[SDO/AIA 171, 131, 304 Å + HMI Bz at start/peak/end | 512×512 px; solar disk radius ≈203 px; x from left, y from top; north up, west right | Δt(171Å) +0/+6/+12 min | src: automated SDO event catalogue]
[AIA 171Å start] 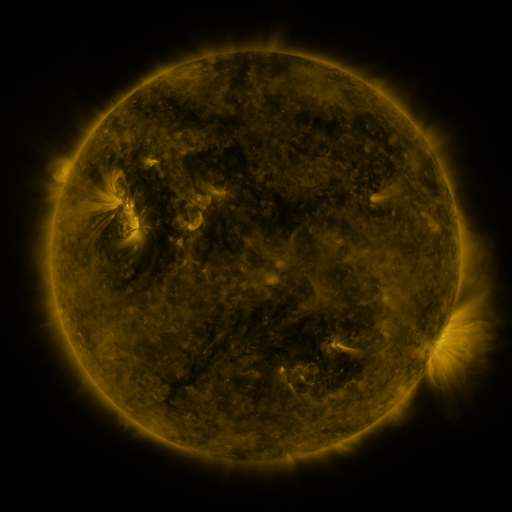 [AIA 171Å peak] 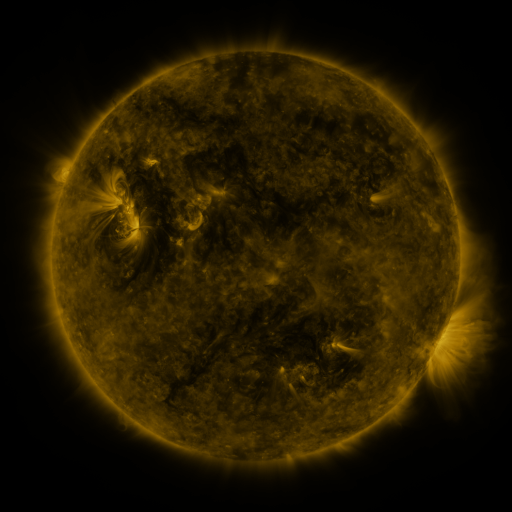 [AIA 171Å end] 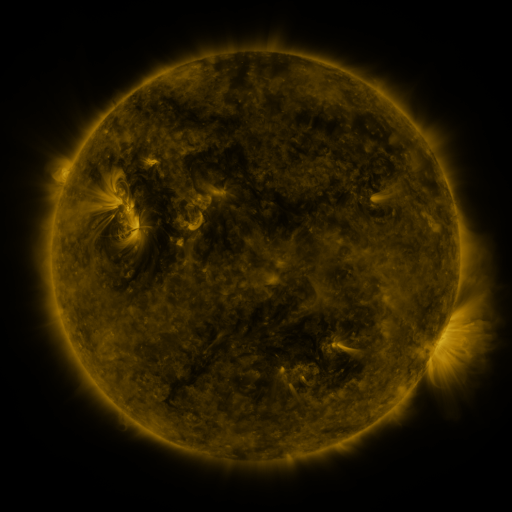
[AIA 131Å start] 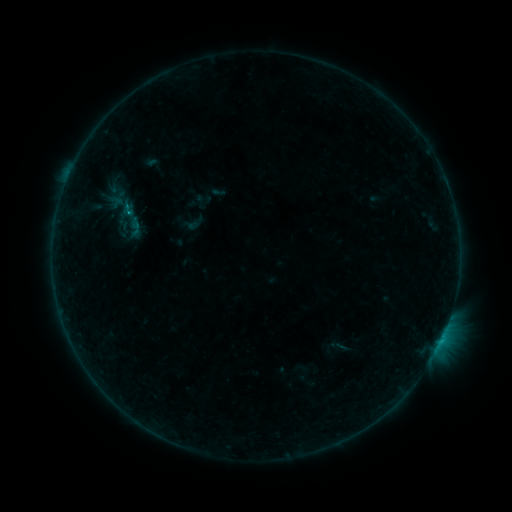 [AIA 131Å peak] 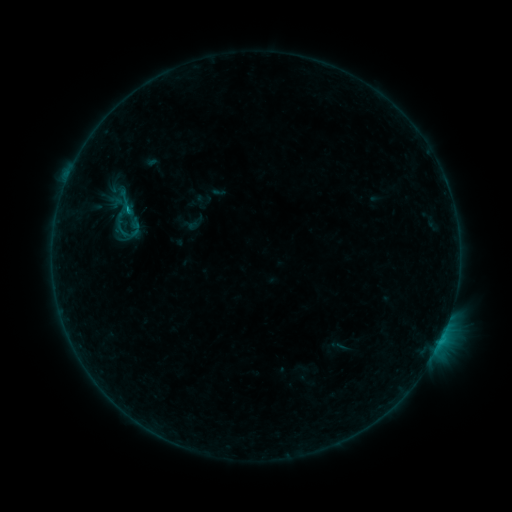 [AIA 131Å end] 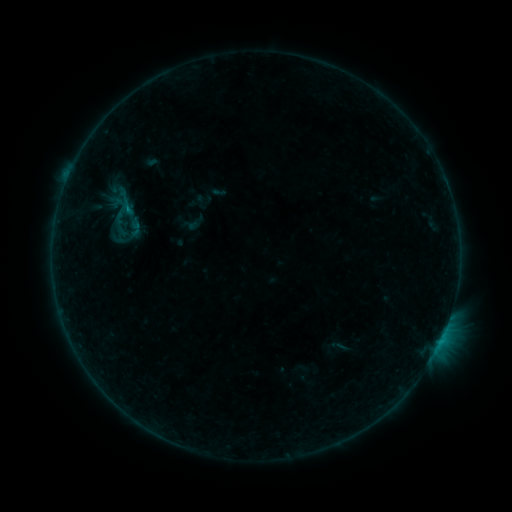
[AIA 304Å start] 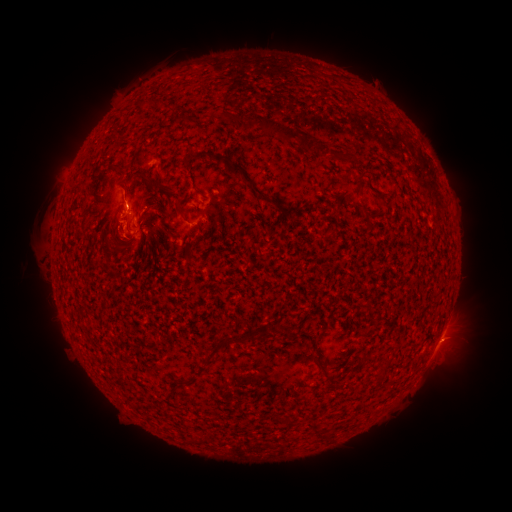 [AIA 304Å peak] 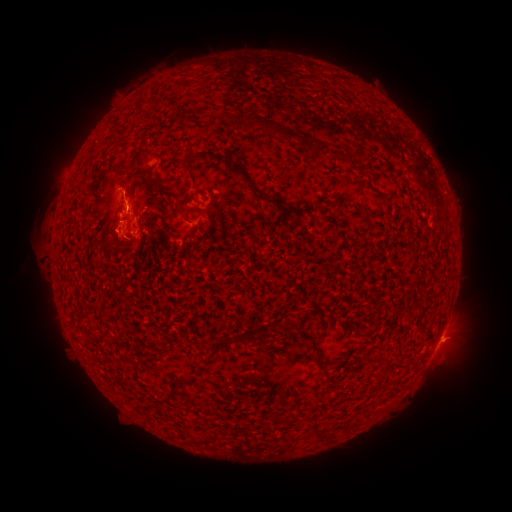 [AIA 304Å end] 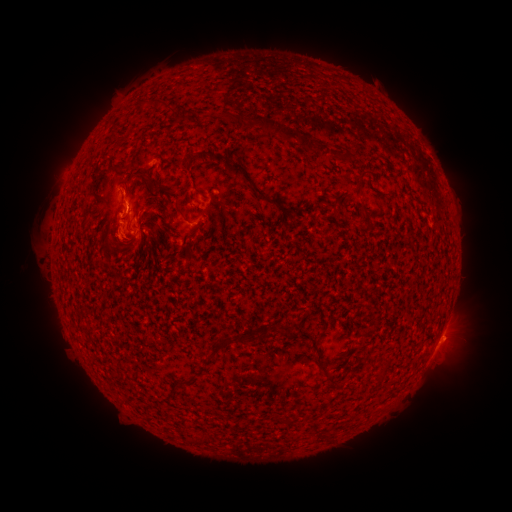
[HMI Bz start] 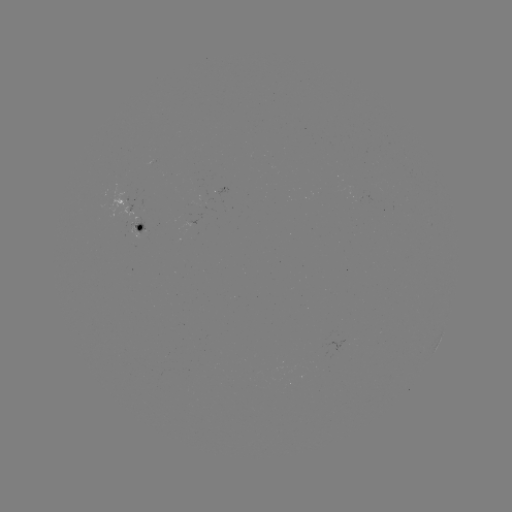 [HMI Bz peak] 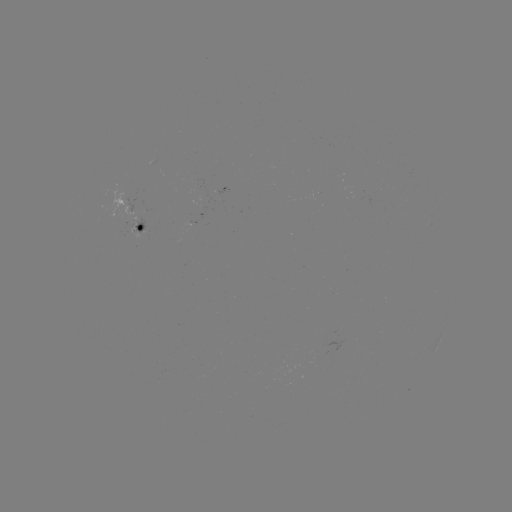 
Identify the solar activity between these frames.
eruption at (109, 235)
